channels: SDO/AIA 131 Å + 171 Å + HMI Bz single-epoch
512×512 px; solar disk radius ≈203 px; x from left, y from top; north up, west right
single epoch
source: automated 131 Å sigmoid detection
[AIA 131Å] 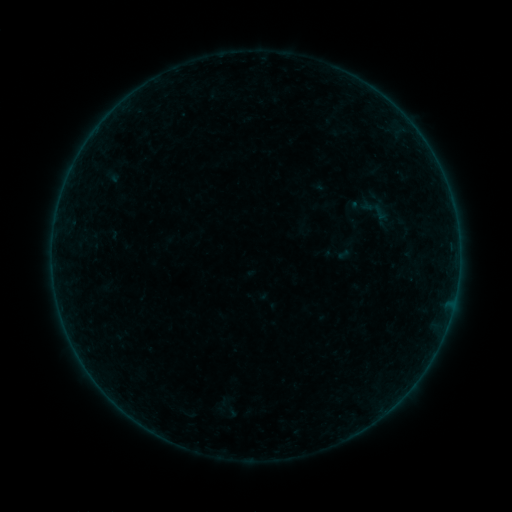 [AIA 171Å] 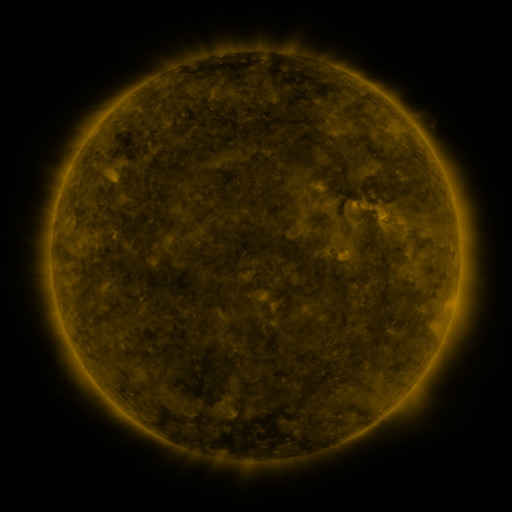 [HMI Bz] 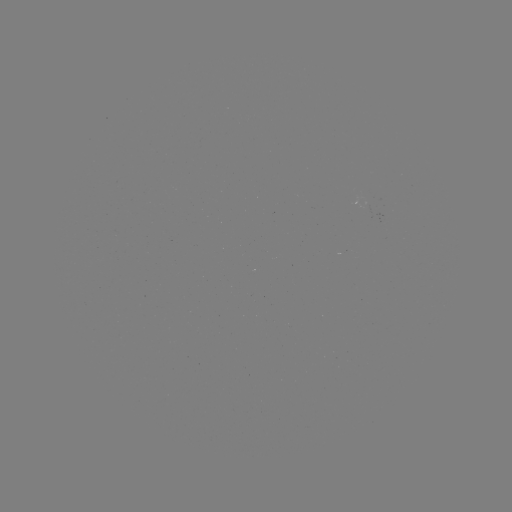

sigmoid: (357, 191, 394, 229)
